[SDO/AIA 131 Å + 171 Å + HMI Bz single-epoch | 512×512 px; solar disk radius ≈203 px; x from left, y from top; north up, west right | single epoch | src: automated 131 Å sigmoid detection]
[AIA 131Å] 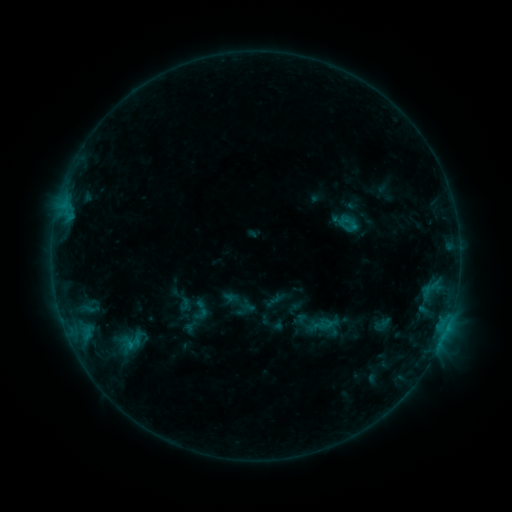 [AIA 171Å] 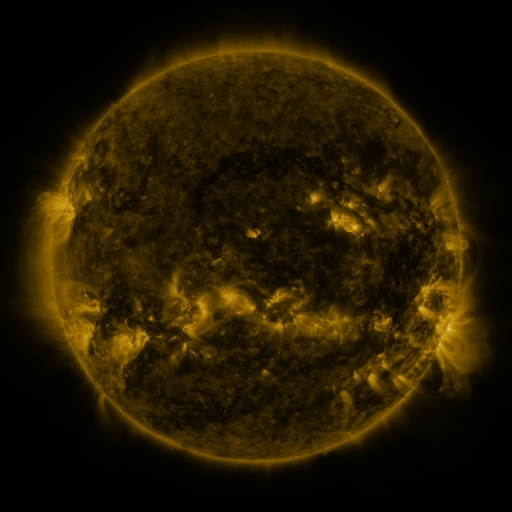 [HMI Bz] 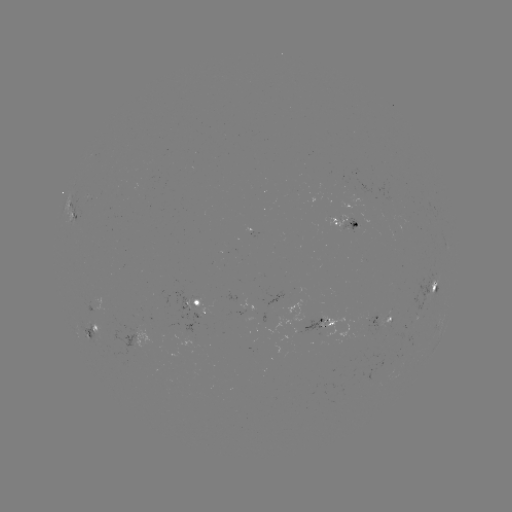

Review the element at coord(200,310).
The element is sigmoid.